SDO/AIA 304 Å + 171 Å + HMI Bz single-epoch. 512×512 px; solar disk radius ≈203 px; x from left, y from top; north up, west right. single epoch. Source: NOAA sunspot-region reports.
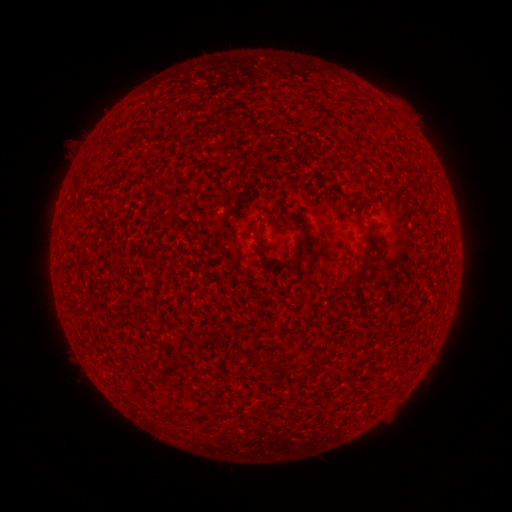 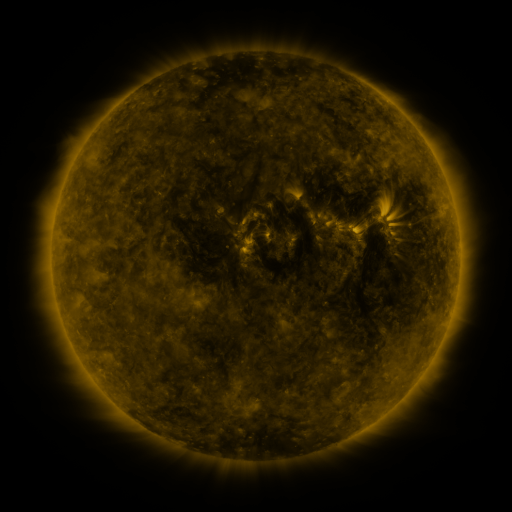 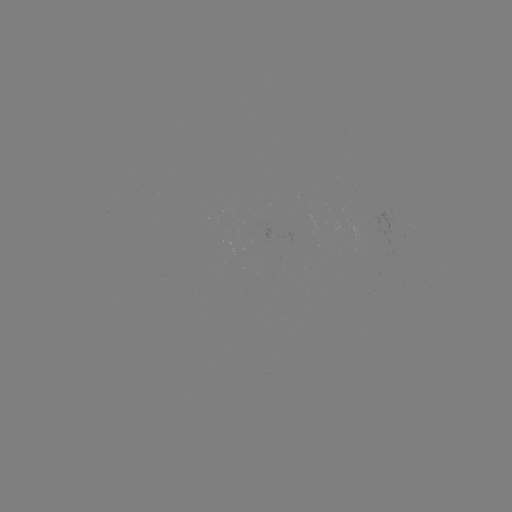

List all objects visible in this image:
(none)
